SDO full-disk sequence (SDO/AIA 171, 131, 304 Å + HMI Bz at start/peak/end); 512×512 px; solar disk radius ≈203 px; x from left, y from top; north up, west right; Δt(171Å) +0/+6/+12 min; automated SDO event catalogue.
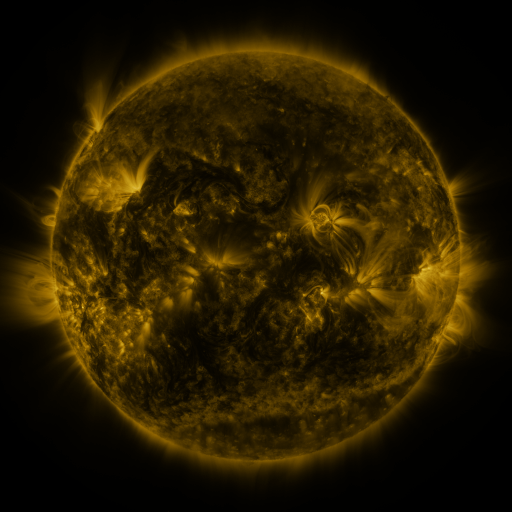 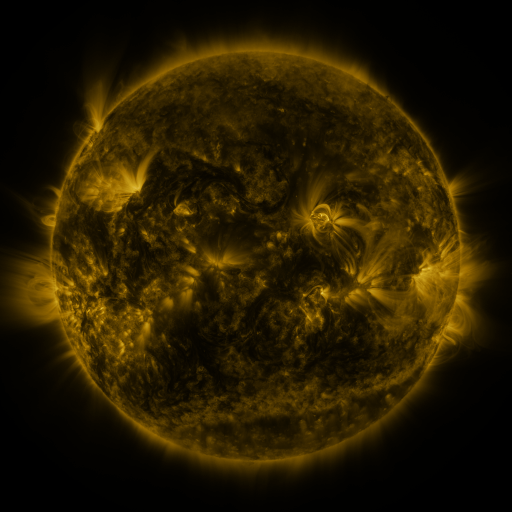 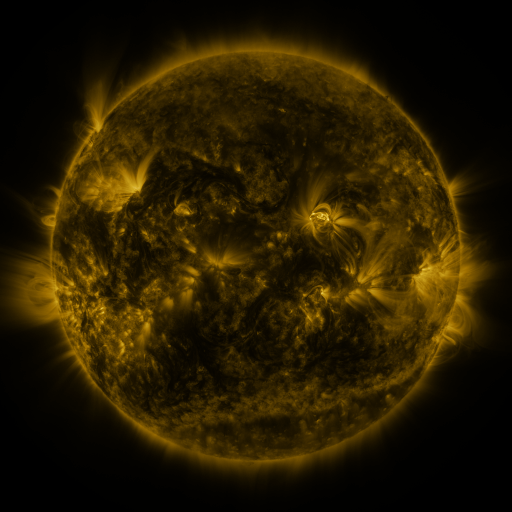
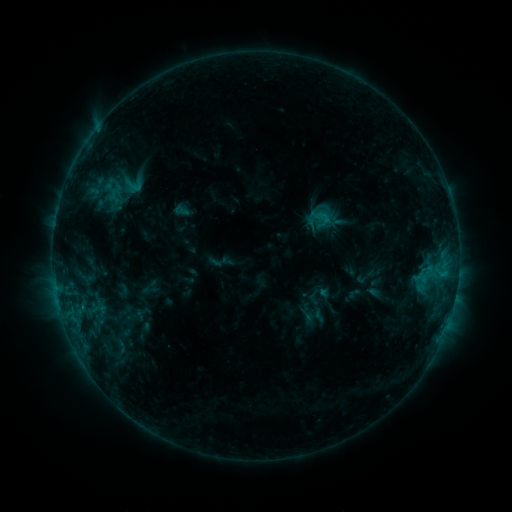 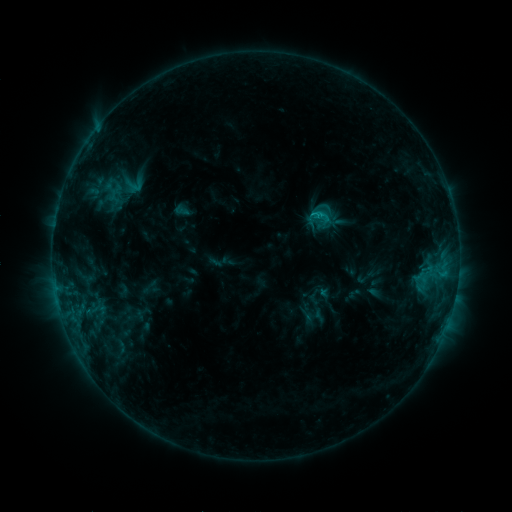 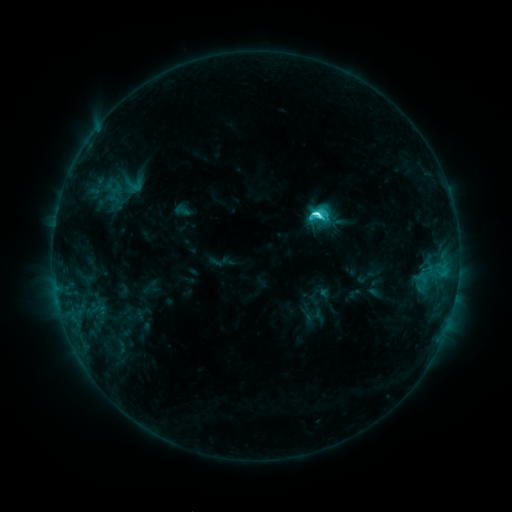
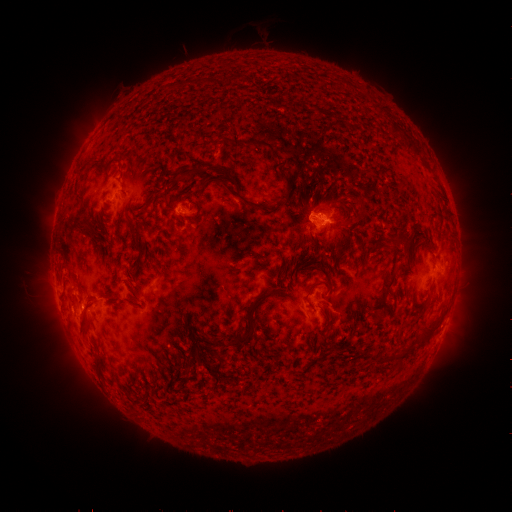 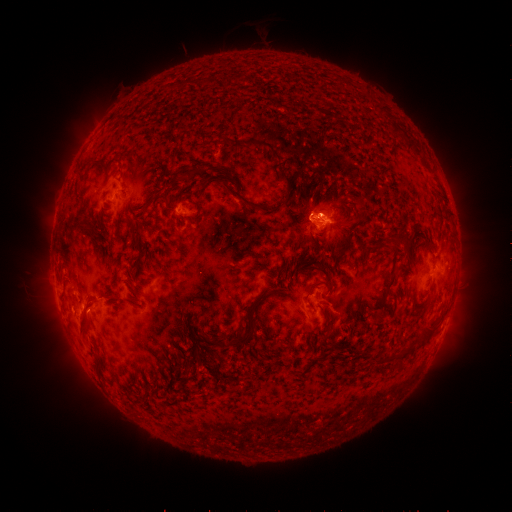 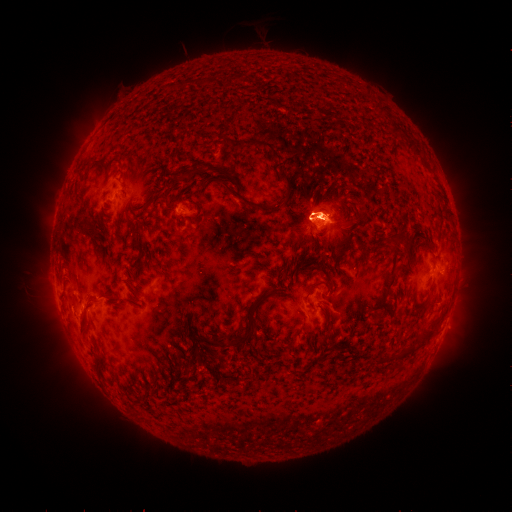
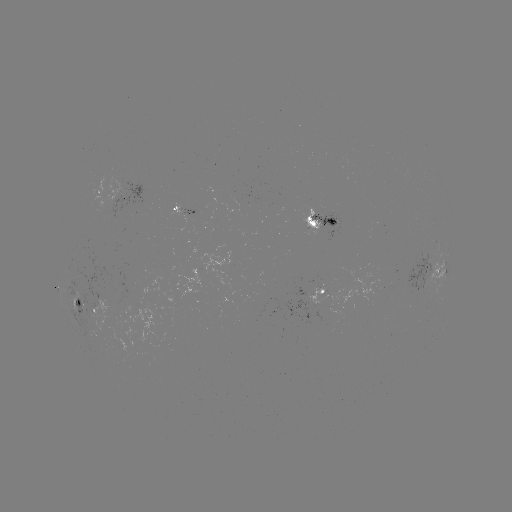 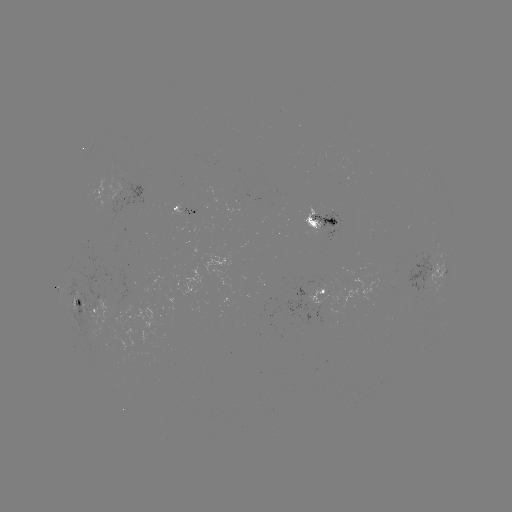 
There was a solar eruption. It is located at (317, 210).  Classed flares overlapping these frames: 1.